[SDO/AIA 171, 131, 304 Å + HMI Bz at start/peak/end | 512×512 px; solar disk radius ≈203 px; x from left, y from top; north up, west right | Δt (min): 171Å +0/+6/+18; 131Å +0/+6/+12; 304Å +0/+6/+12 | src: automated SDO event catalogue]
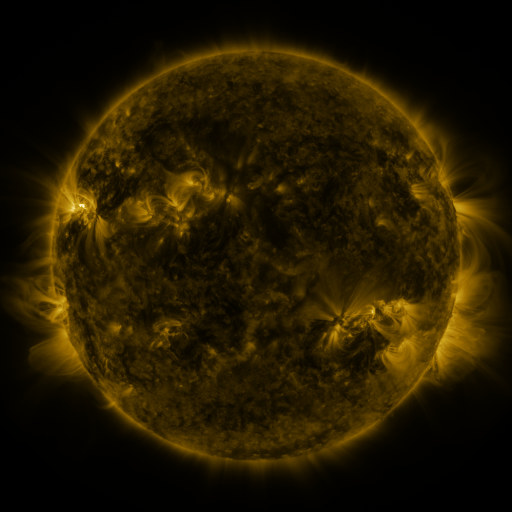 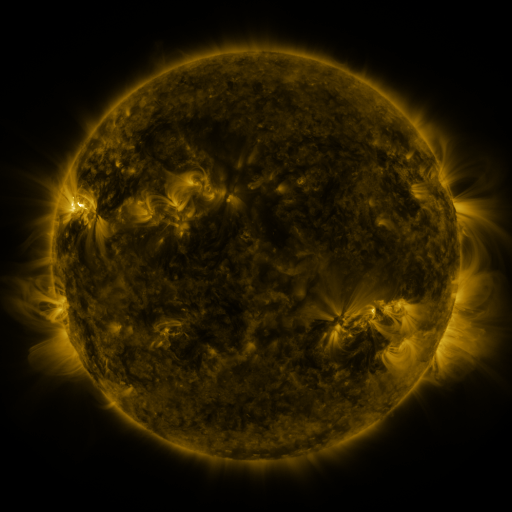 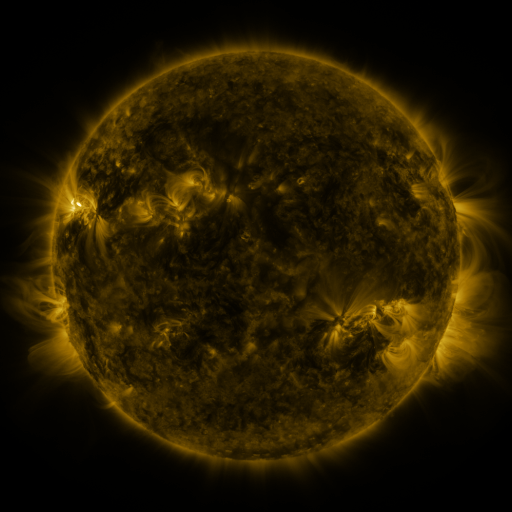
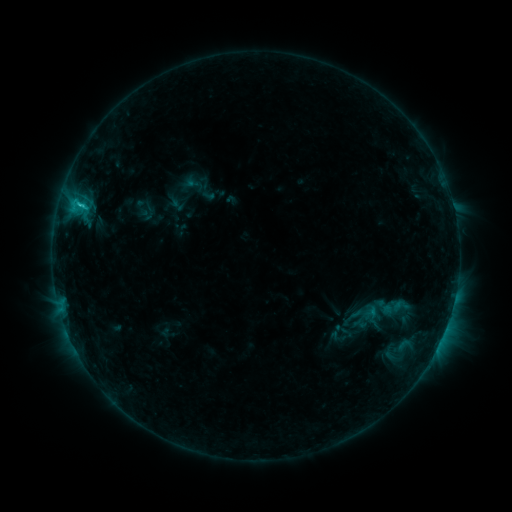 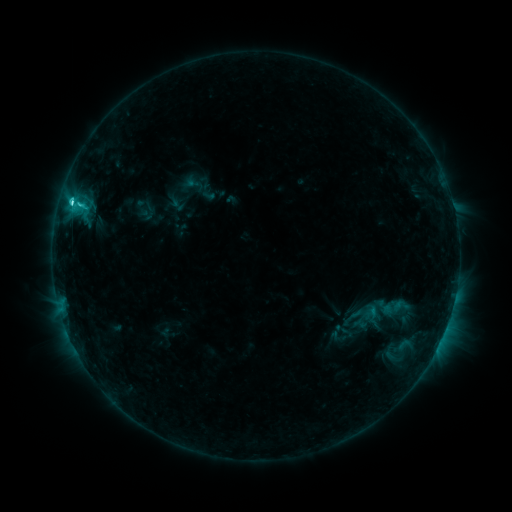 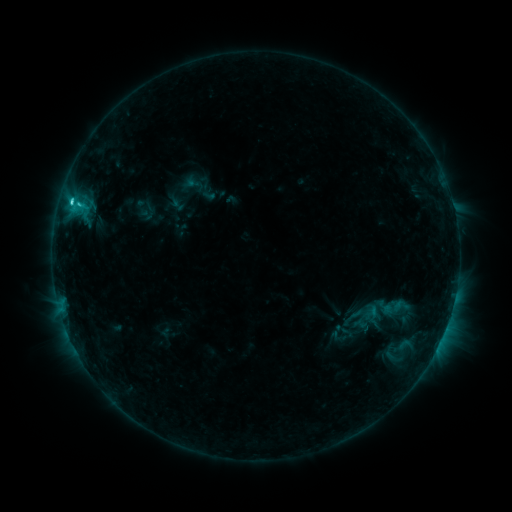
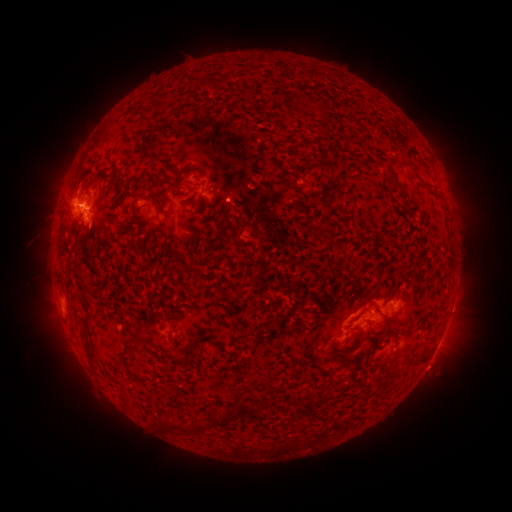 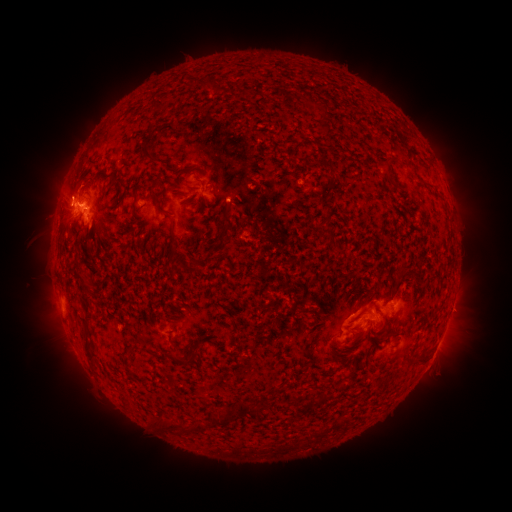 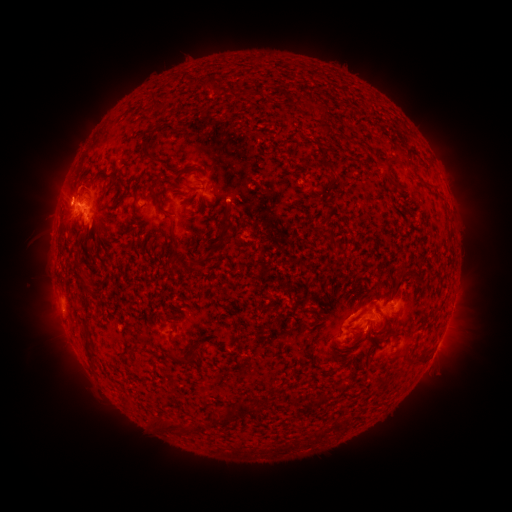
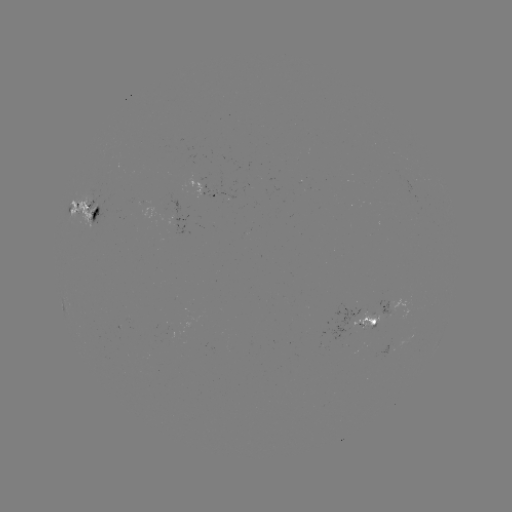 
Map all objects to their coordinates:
C2.7 flare: (72, 205)
